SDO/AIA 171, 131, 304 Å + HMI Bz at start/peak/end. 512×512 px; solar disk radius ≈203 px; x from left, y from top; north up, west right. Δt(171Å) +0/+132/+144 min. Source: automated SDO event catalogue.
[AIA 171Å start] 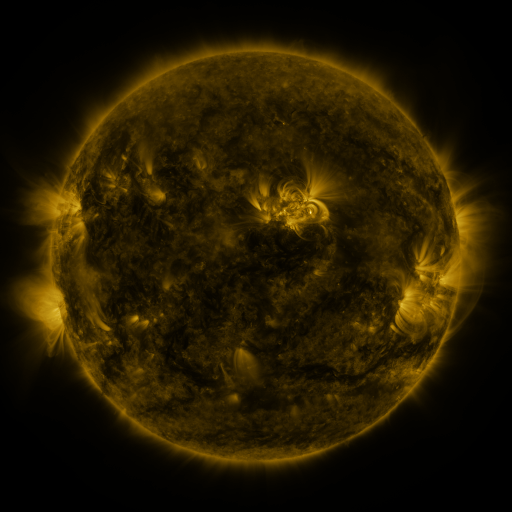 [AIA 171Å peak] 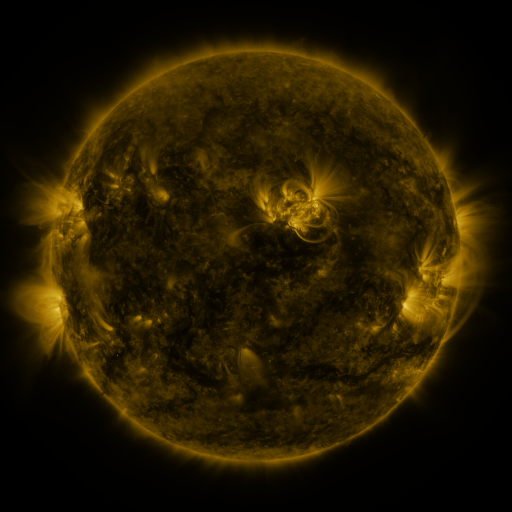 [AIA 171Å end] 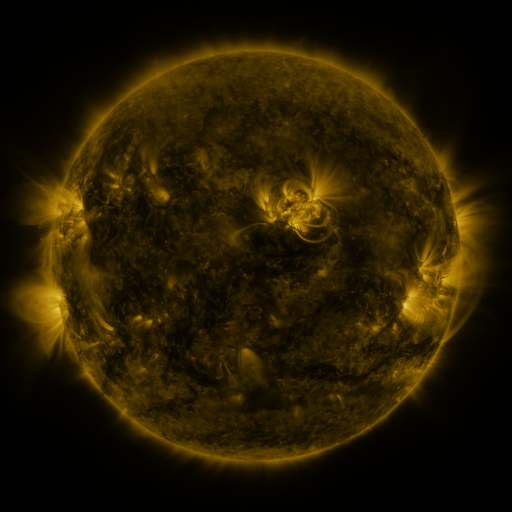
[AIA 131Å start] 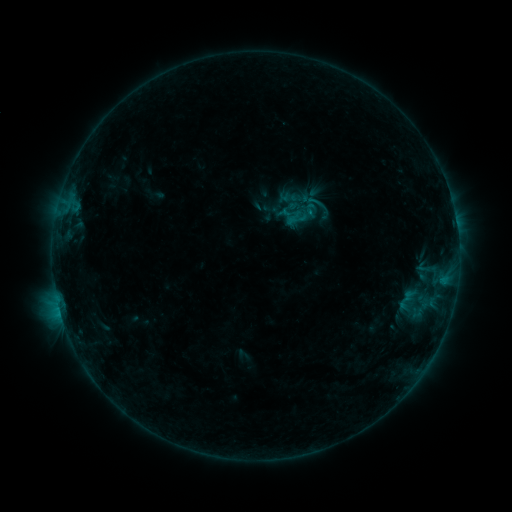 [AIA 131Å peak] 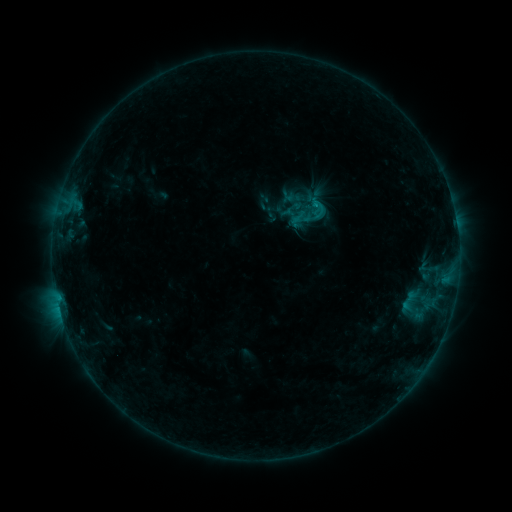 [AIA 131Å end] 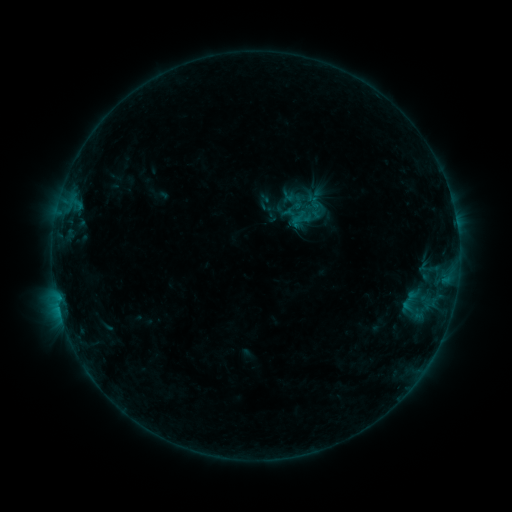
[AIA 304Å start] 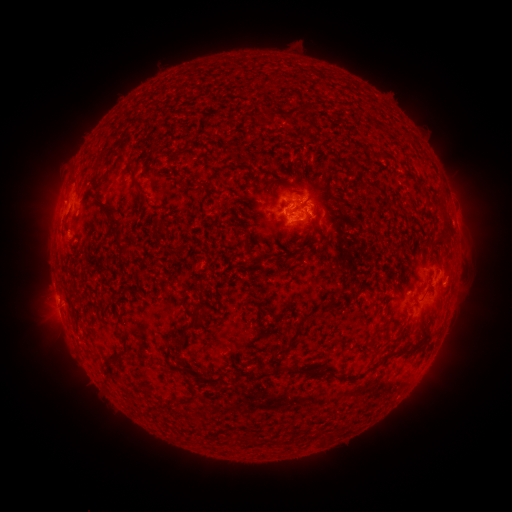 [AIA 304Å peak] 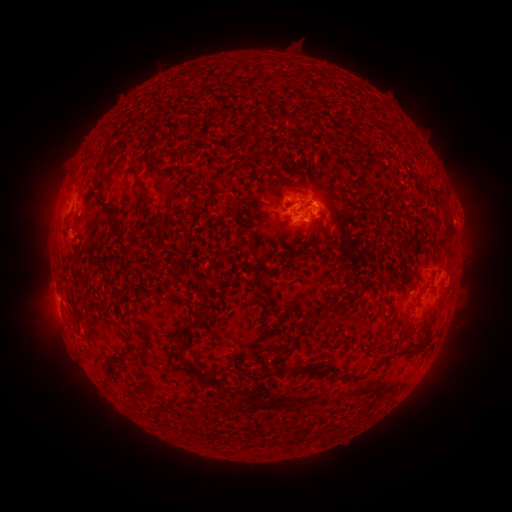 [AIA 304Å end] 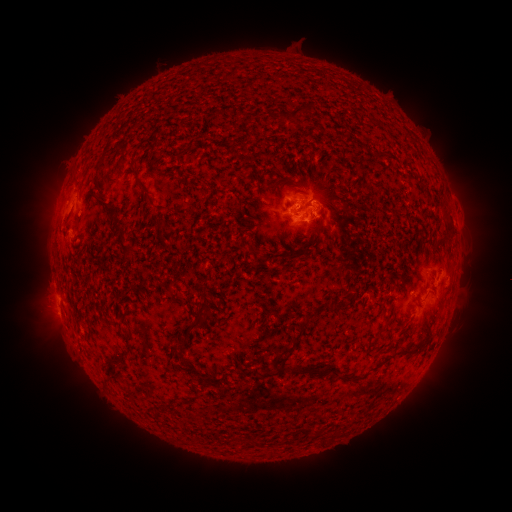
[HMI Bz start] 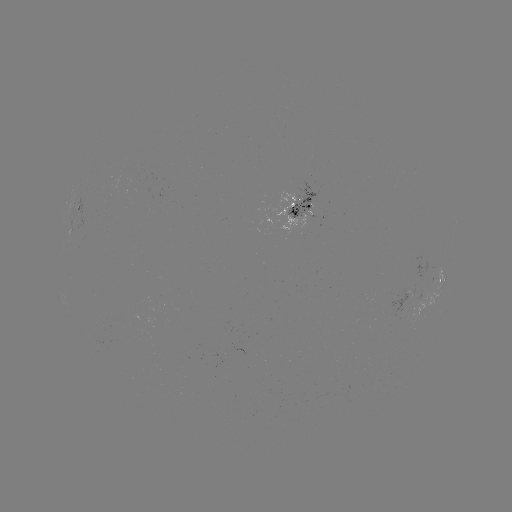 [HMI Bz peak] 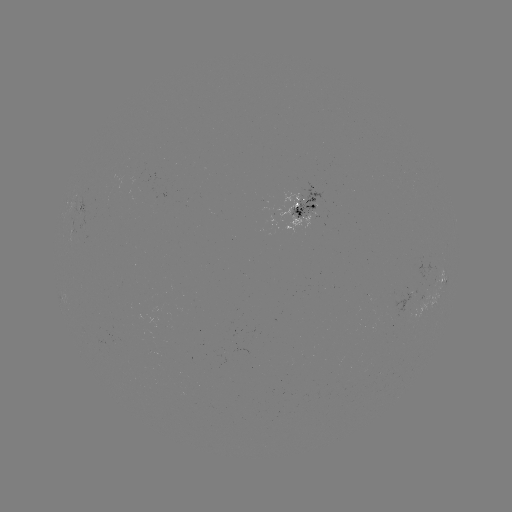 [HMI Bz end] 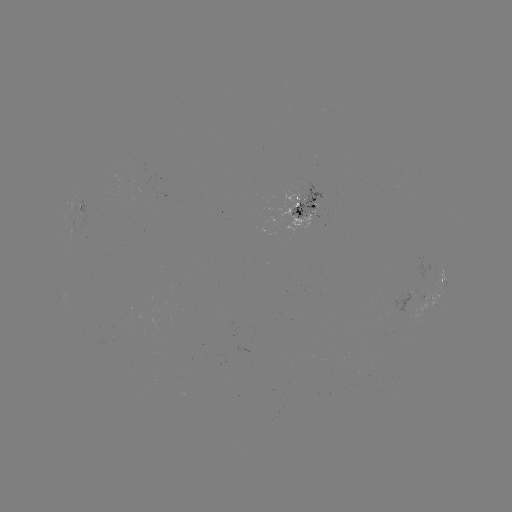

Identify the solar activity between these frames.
emerging-flux region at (298, 206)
